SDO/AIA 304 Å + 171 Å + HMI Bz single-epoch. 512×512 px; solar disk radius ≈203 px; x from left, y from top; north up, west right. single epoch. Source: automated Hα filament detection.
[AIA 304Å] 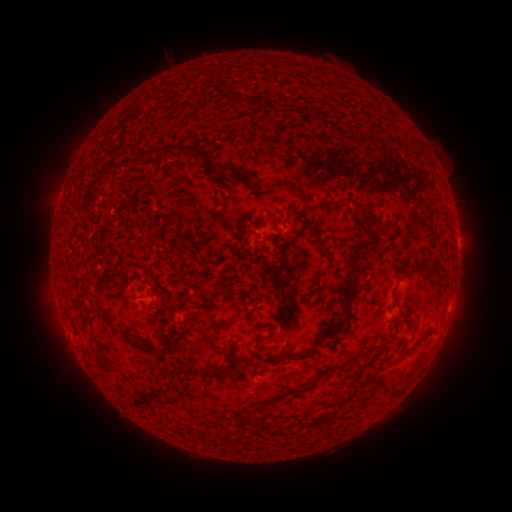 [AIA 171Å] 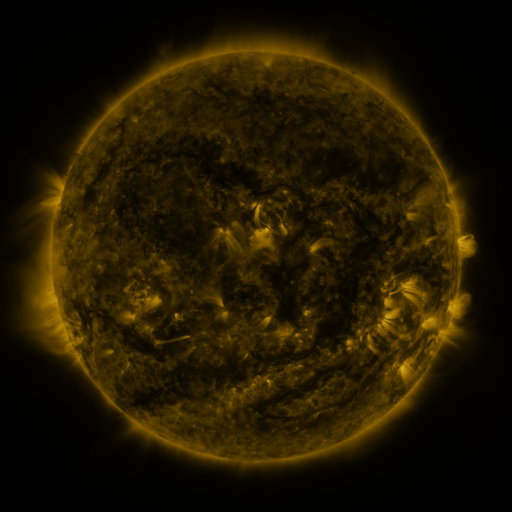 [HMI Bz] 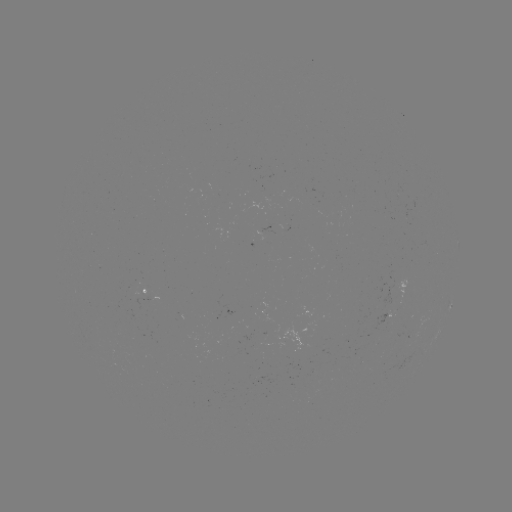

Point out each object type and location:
filament: <bbox>330, 87, 338, 97</bbox>
filament: <bbox>233, 96, 244, 110</bbox>
filament: <bbox>367, 103, 376, 115</bbox>
filament: <bbox>160, 145, 242, 184</bbox>
filament: <bbox>133, 148, 161, 169</bbox>
filament: <bbox>265, 178, 298, 192</bbox>
filament: <bbox>319, 195, 350, 209</bbox>
filament: <bbox>354, 205, 378, 239</bbox>
filament: <bbox>291, 213, 311, 242</bbox>
filament: <bbox>341, 246, 369, 309</bbox>
filament: <bbox>428, 264, 440, 274</bbox>
filament: <bbox>96, 302, 117, 329</bbox>
filament: <bbox>239, 313, 251, 322</bbox>
filament: <bbox>209, 316, 226, 330</bbox>
filament: <bbox>254, 317, 345, 364</bbox>
filament: <bbox>252, 322, 265, 330</bbox>
filament: <bbox>425, 325, 437, 336</bbox>
filament: <bbox>134, 338, 145, 352</bbox>
filament: <bbox>403, 339, 418, 354</bbox>
filament: <bbox>405, 354, 426, 377</bbox>
filament: <bbox>180, 365, 214, 379</bbox>
filament: <bbox>309, 366, 337, 386</bbox>
filament: <bbox>153, 373, 180, 400</bbox>
